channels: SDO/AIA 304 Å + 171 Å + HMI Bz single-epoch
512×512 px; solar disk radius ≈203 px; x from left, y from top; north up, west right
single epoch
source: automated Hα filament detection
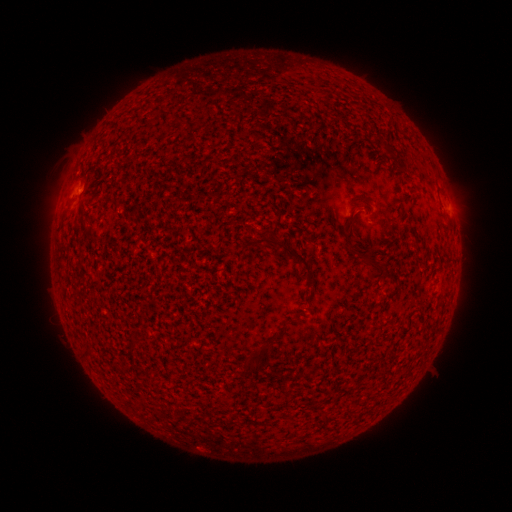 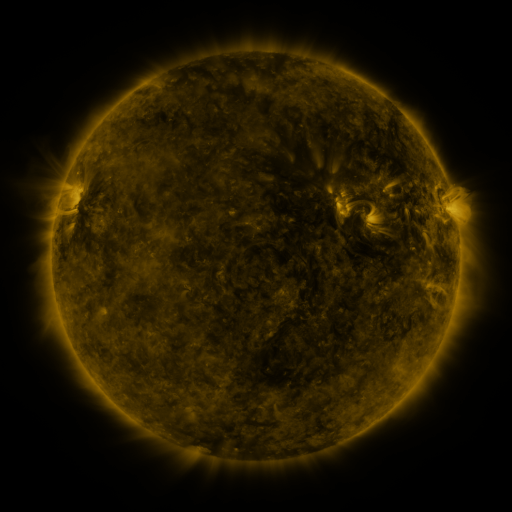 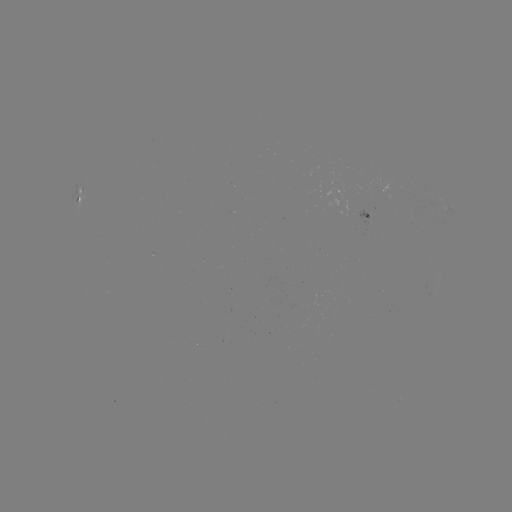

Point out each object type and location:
filament: (173, 117, 183, 124)
filament: (386, 146, 400, 160)
filament: (342, 219, 354, 248)
filament: (249, 234, 312, 277)
filament: (349, 248, 358, 256)
filament: (57, 254, 65, 265)
filament: (367, 255, 385, 280)
filament: (383, 264, 391, 276)
filament: (245, 353, 265, 374)
filament: (286, 371, 294, 381)
